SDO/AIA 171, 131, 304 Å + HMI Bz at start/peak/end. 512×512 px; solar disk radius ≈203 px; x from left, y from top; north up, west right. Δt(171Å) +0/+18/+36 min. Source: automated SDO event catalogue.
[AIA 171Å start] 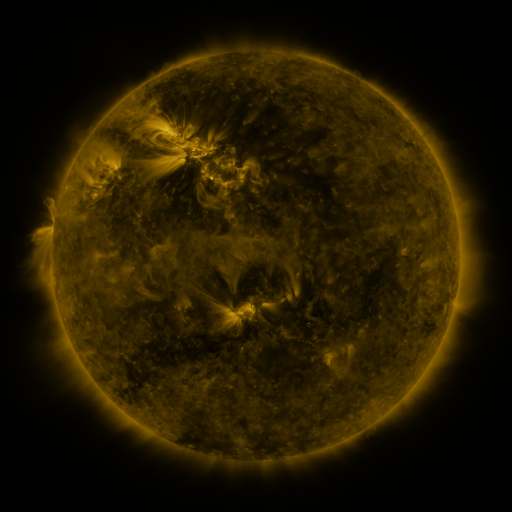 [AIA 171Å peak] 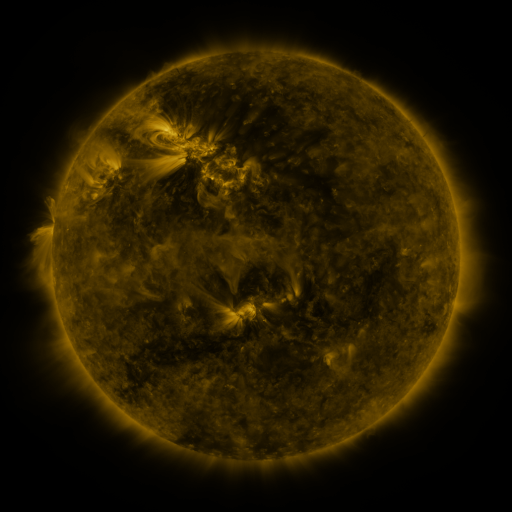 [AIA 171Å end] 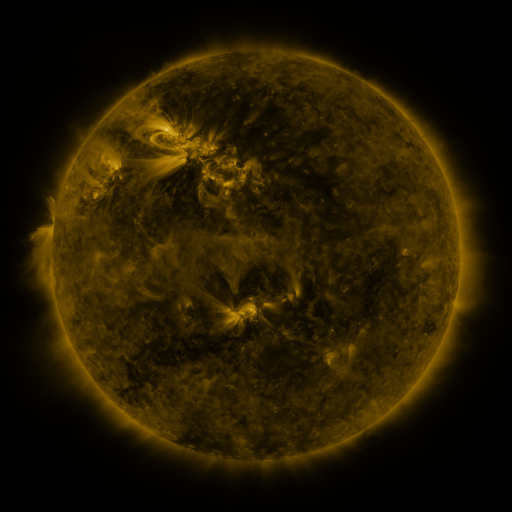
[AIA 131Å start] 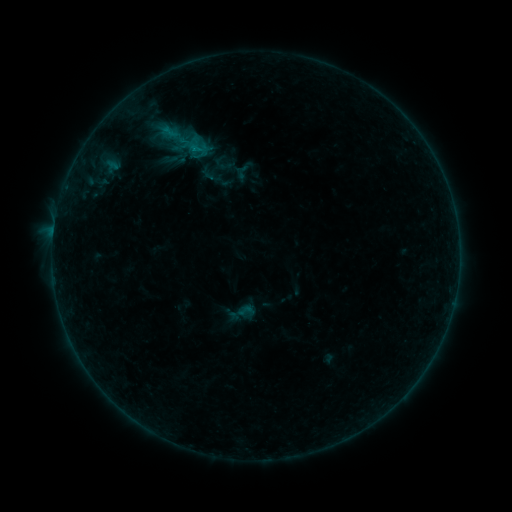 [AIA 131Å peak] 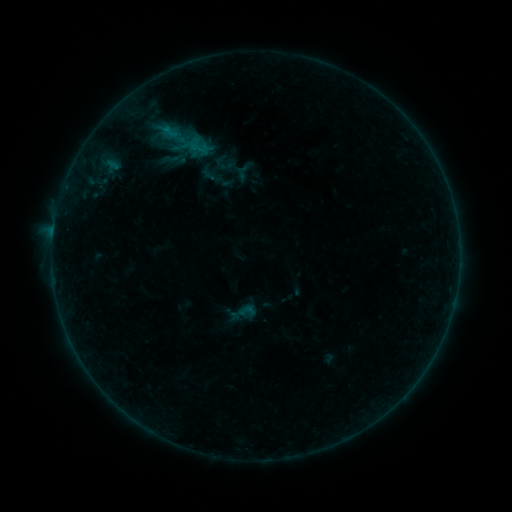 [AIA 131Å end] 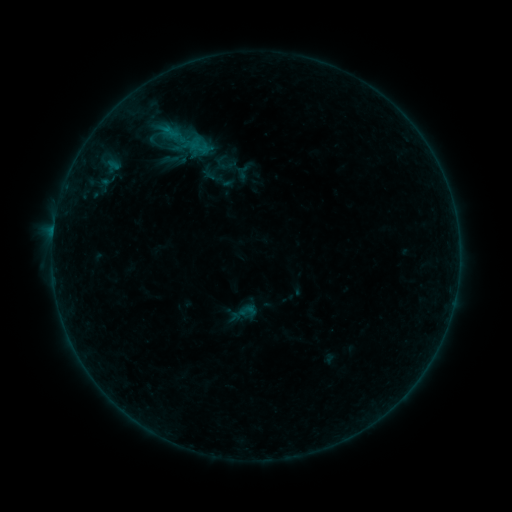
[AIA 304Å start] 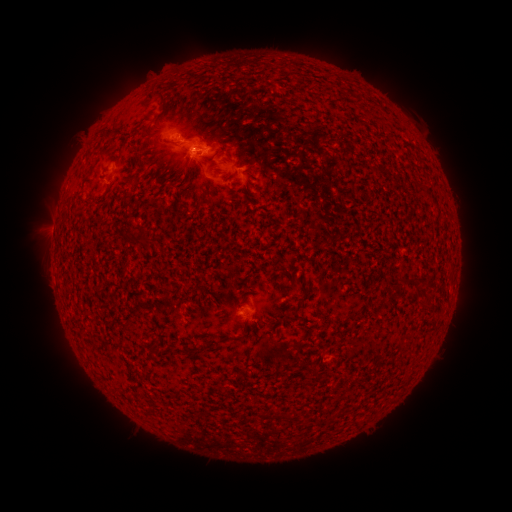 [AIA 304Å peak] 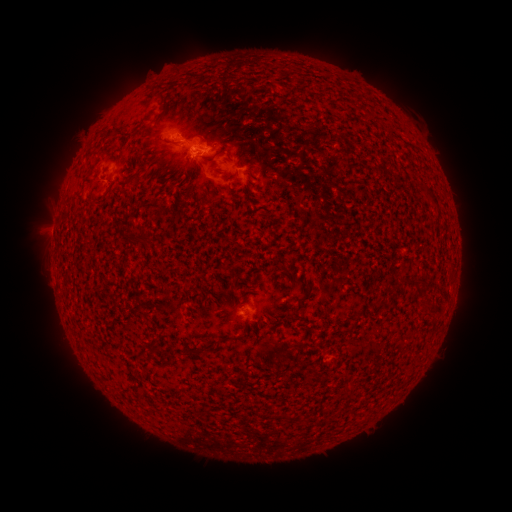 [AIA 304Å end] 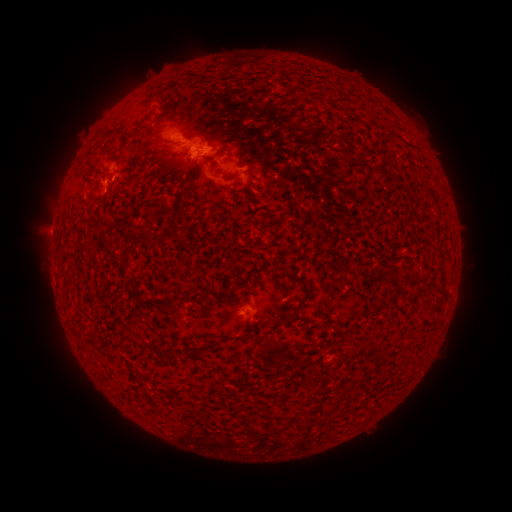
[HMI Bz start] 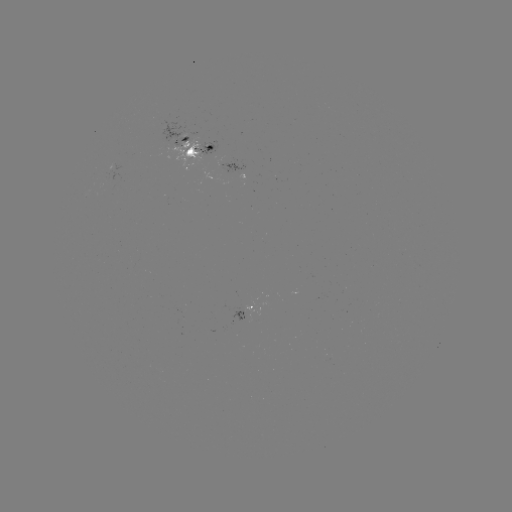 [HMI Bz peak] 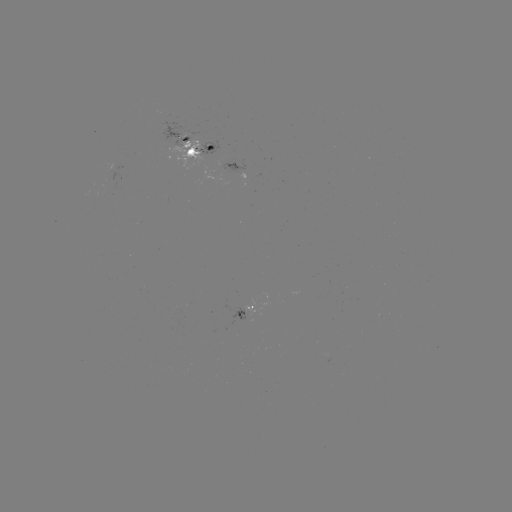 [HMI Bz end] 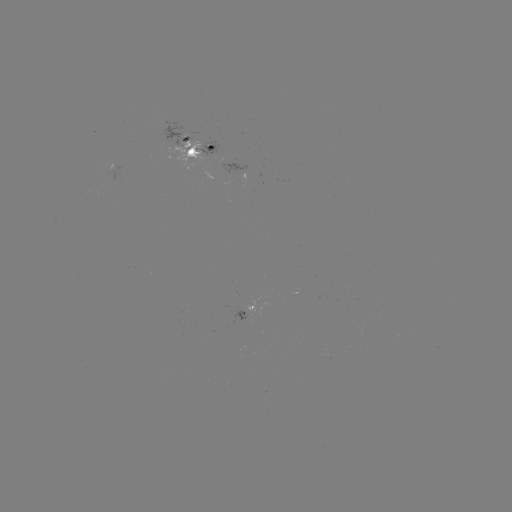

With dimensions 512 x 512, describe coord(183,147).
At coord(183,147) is emerging-flux region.